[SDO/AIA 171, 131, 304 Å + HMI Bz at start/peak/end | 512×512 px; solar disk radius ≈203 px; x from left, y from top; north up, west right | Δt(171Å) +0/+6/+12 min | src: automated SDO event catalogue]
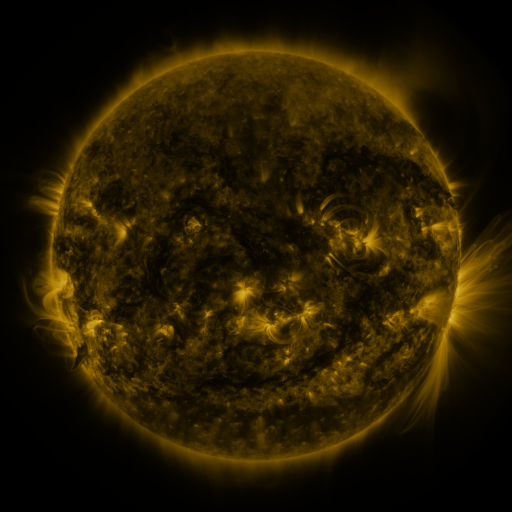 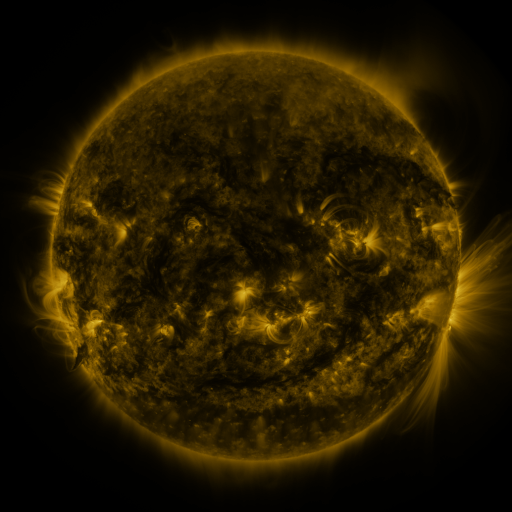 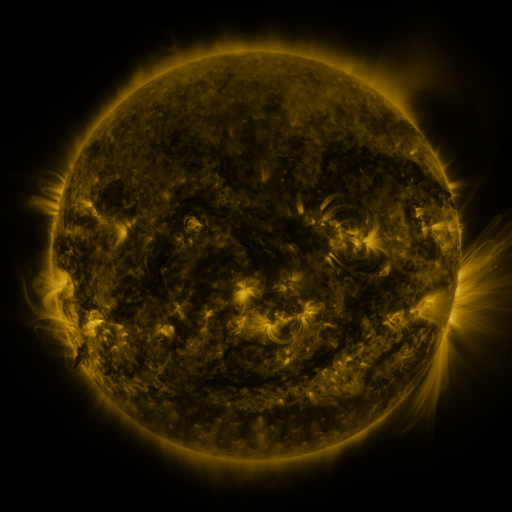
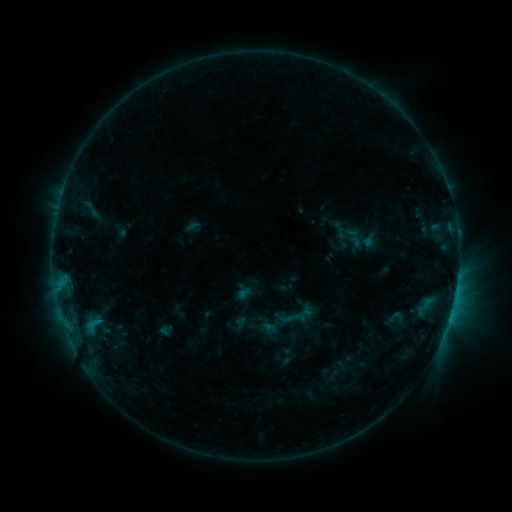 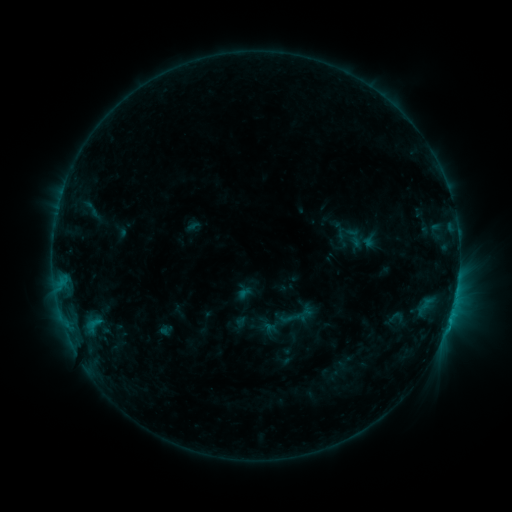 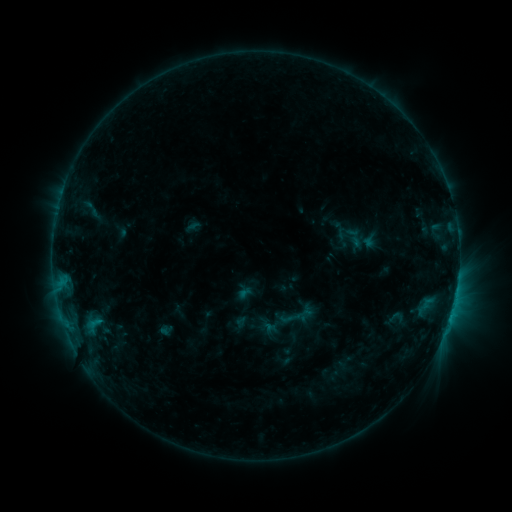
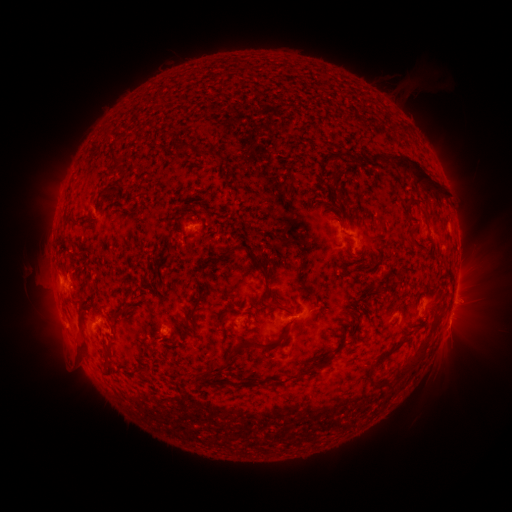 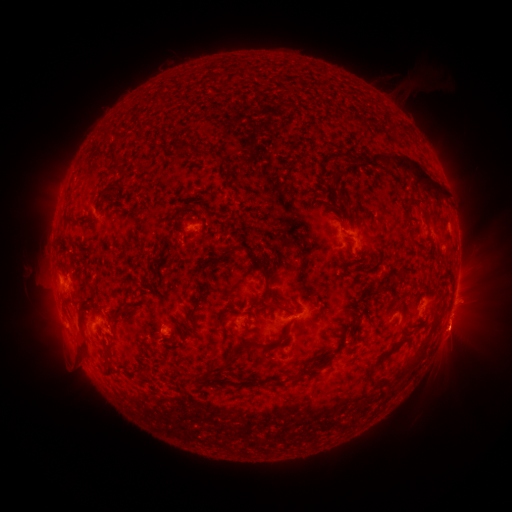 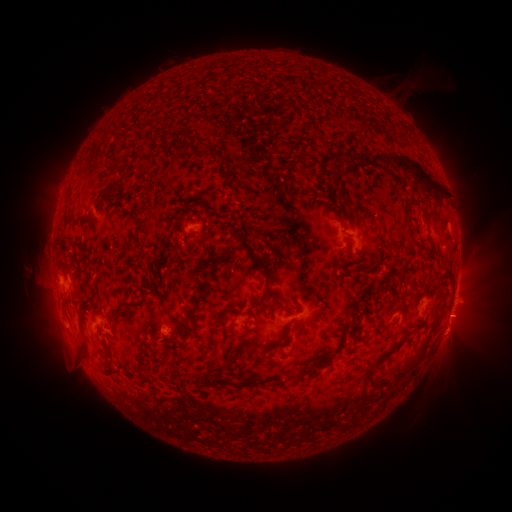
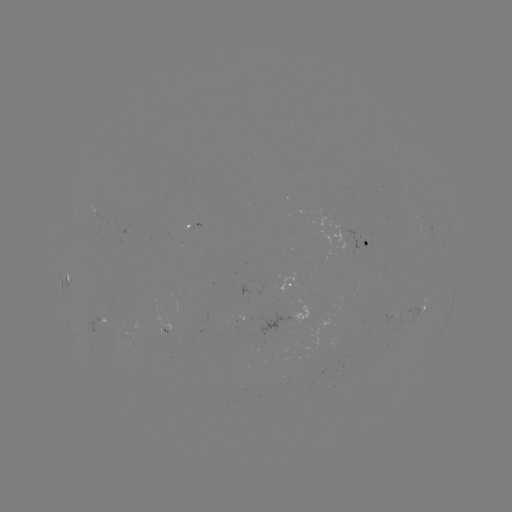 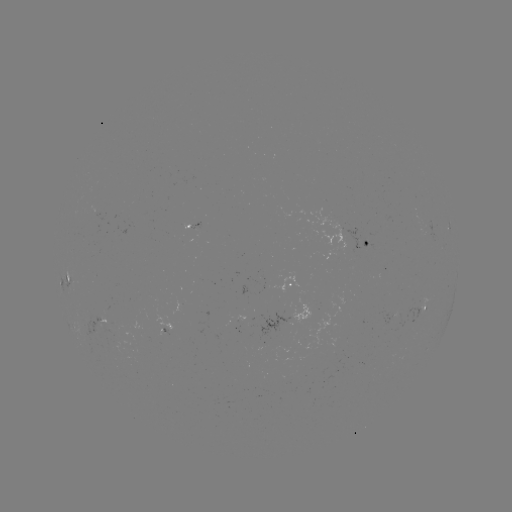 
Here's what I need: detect eruption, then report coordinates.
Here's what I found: eruption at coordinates (455, 332).